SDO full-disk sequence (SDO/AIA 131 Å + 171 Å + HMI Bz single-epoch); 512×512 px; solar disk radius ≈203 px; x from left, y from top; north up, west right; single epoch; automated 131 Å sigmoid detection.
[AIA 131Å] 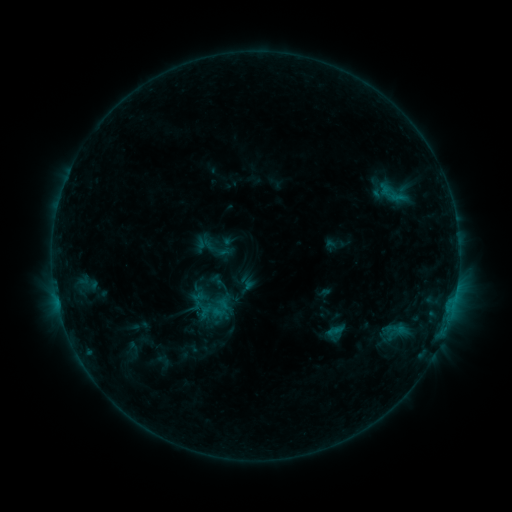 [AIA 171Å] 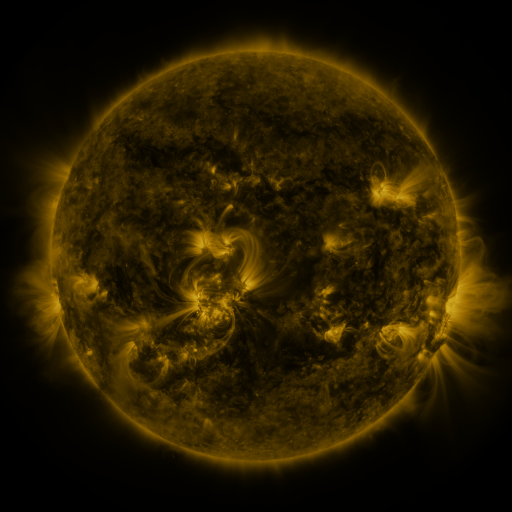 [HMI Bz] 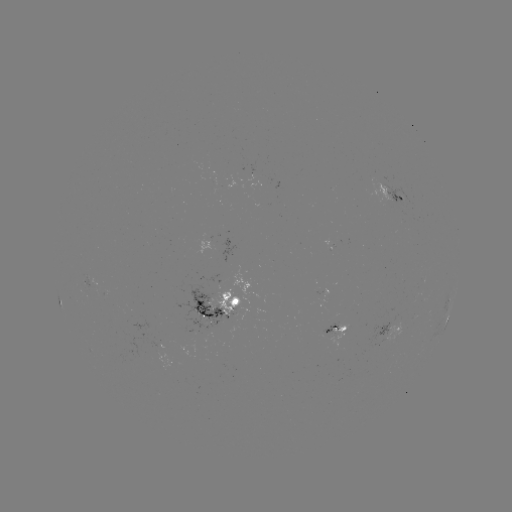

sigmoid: [190, 224, 234, 269]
